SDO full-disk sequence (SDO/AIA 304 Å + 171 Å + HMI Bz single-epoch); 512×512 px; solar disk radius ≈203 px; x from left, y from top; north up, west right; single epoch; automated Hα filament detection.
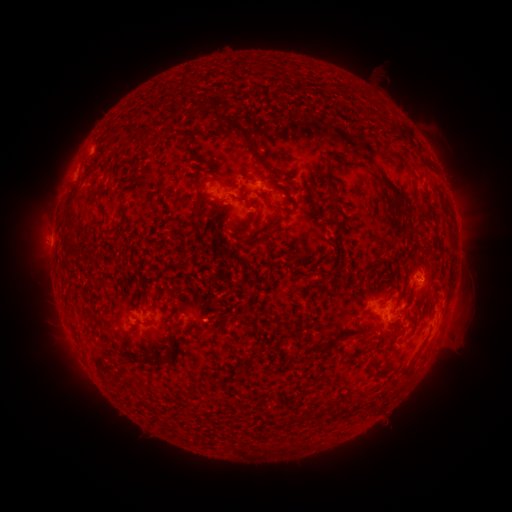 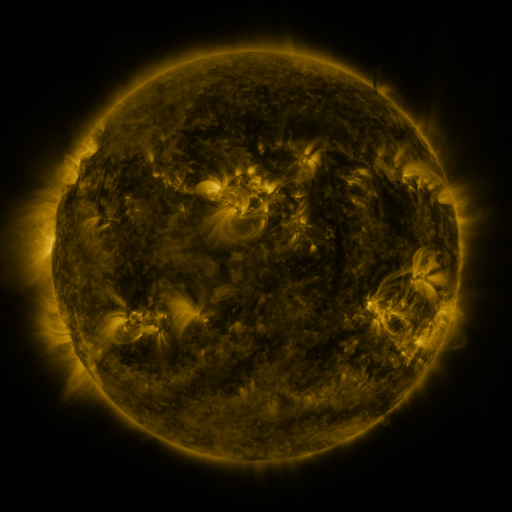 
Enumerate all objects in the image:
filament: (252, 87)
filament: (341, 88)
filament: (296, 89)
filament: (130, 107)
filament: (233, 128)
filament: (403, 130)
filament: (183, 143)
filament: (141, 144)
filament: (100, 159)
filament: (248, 179)
filament: (328, 180)
filament: (390, 185)
filament: (70, 208)
filament: (122, 210)
filament: (196, 210)
filament: (425, 210)
filament: (244, 228)
filament: (270, 229)
filament: (73, 249)
filament: (69, 301)
filament: (217, 331)
filament: (172, 349)
filament: (156, 364)
filament: (260, 447)
